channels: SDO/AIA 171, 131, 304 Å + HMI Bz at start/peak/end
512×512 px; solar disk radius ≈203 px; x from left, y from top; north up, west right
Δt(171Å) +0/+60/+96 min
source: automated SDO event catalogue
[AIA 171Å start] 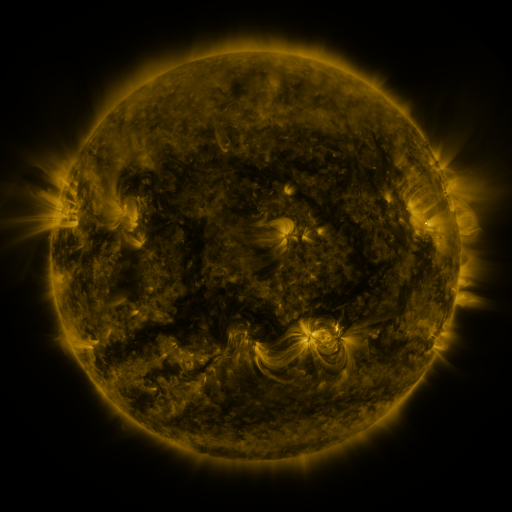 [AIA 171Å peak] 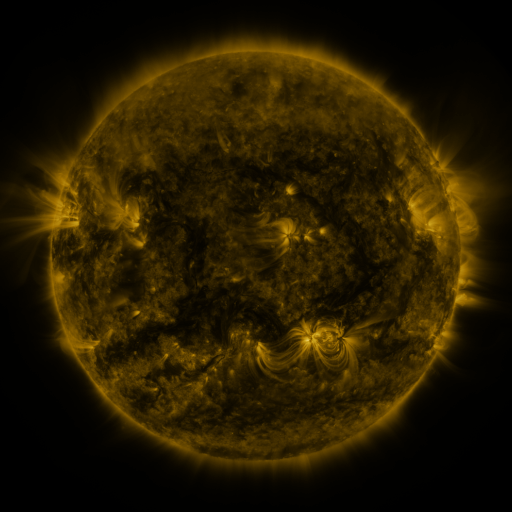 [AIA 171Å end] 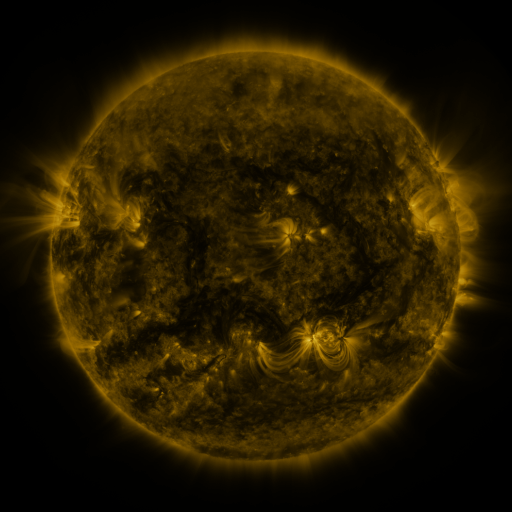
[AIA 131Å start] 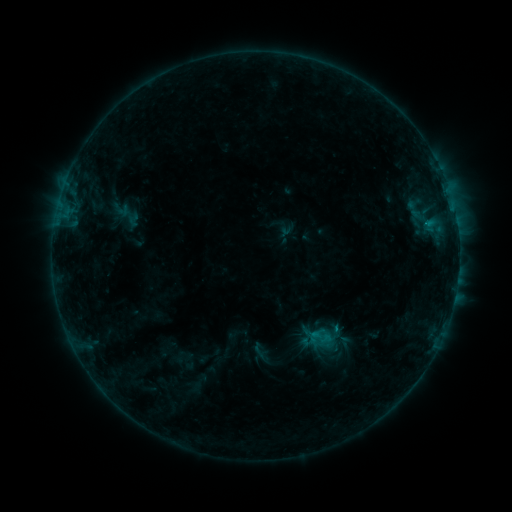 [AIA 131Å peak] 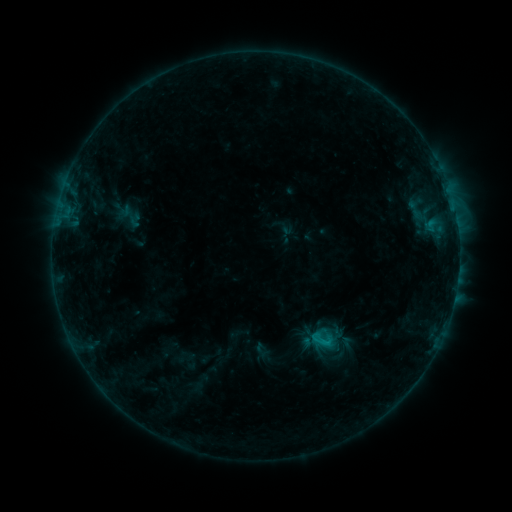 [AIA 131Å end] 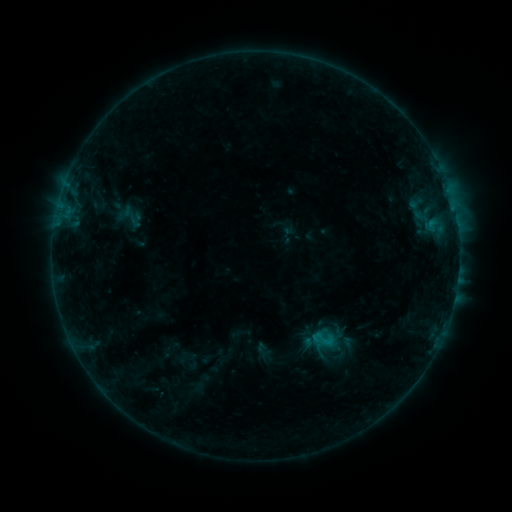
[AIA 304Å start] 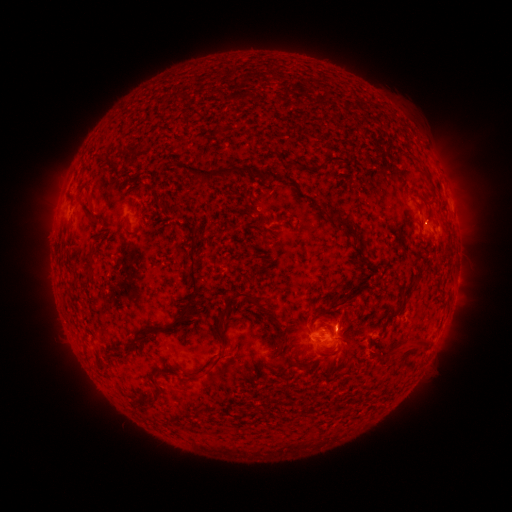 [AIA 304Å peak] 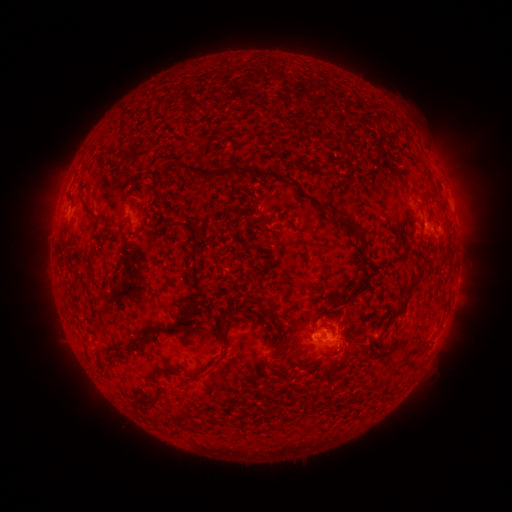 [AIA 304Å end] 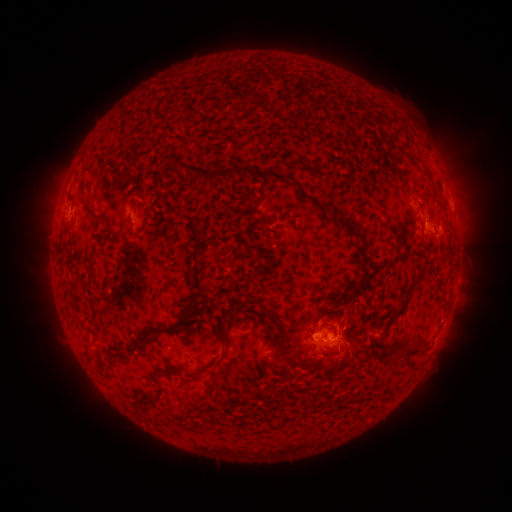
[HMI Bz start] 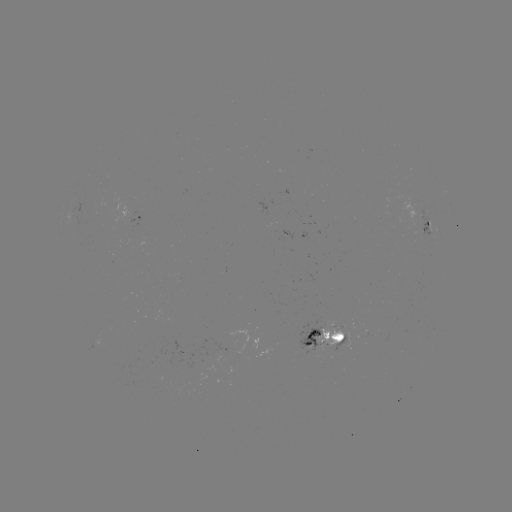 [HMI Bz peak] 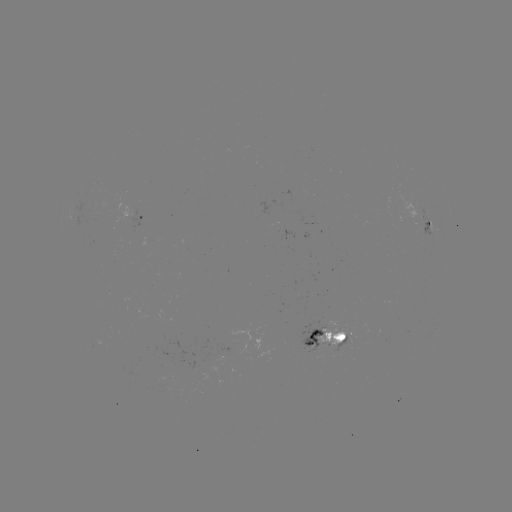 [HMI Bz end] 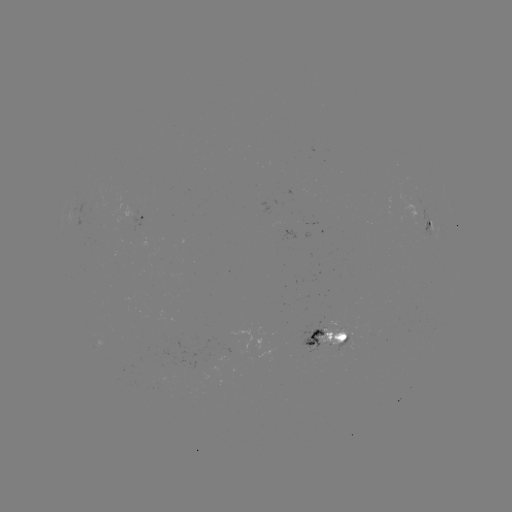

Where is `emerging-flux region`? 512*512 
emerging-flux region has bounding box [259, 197, 270, 213].